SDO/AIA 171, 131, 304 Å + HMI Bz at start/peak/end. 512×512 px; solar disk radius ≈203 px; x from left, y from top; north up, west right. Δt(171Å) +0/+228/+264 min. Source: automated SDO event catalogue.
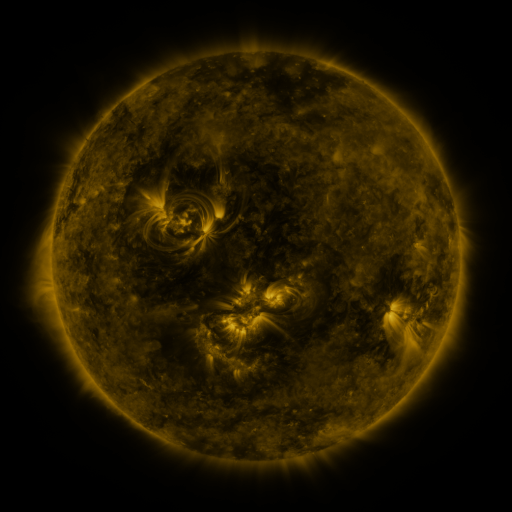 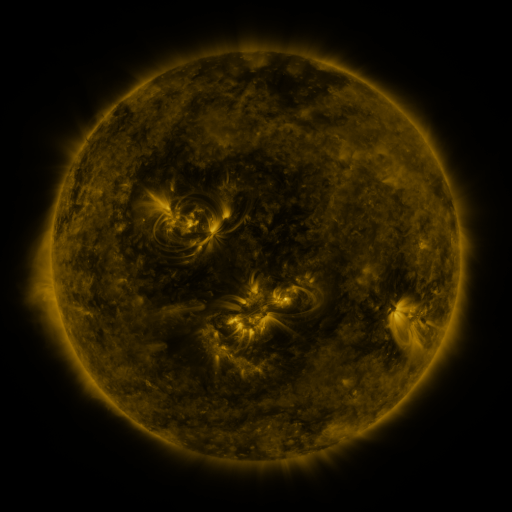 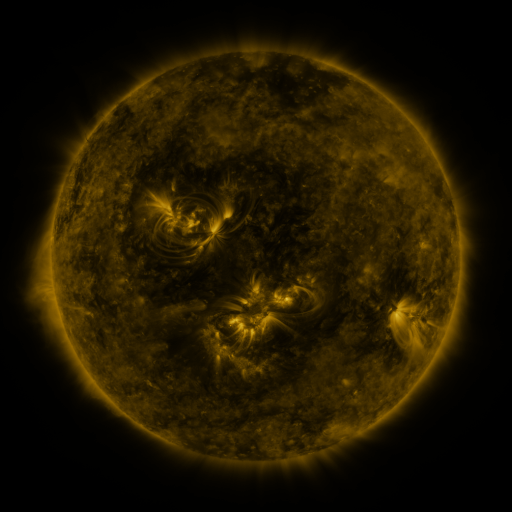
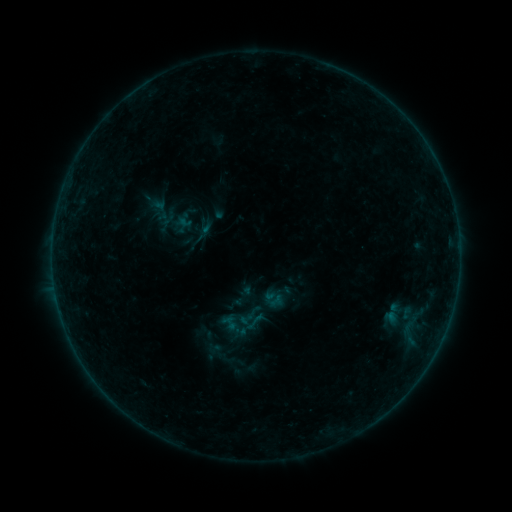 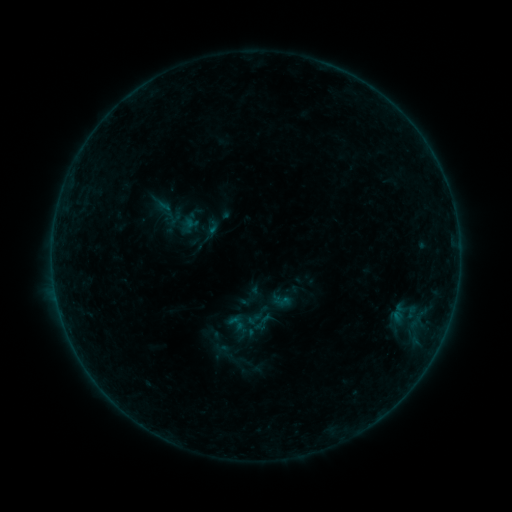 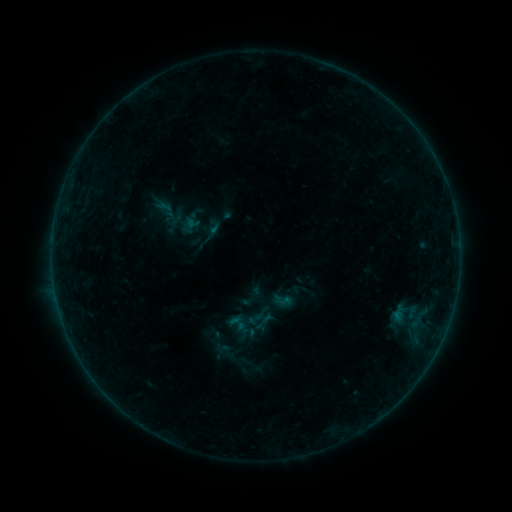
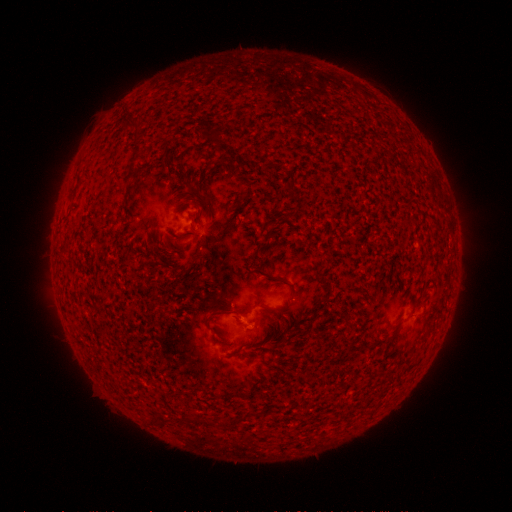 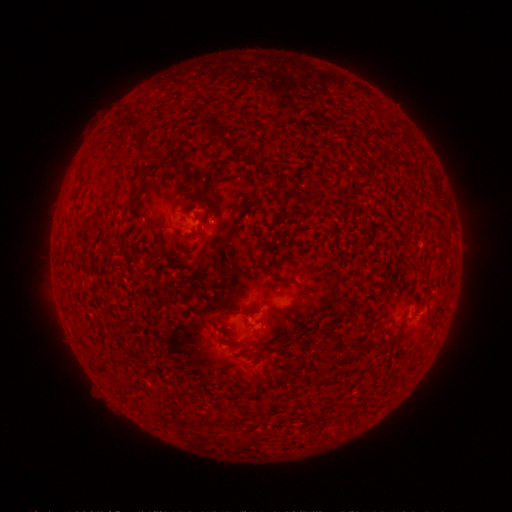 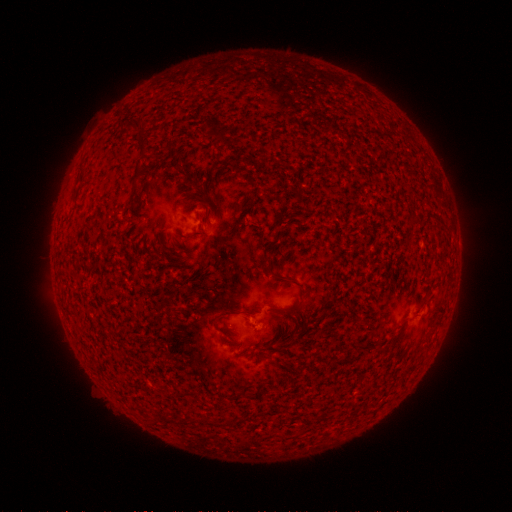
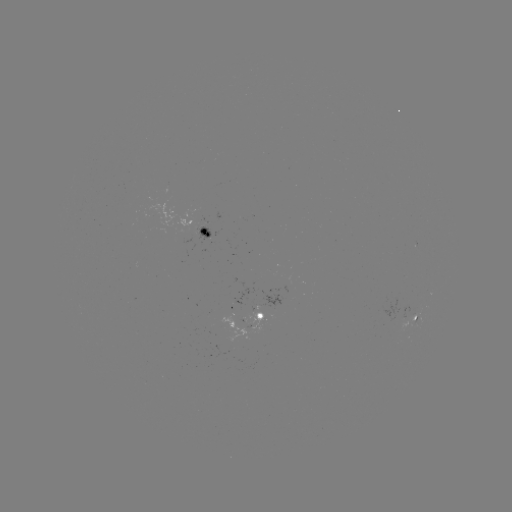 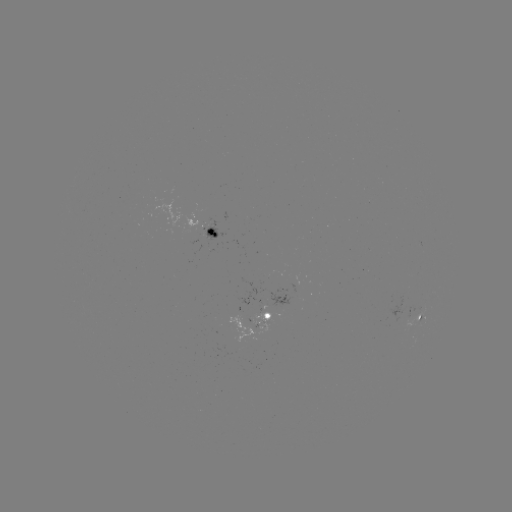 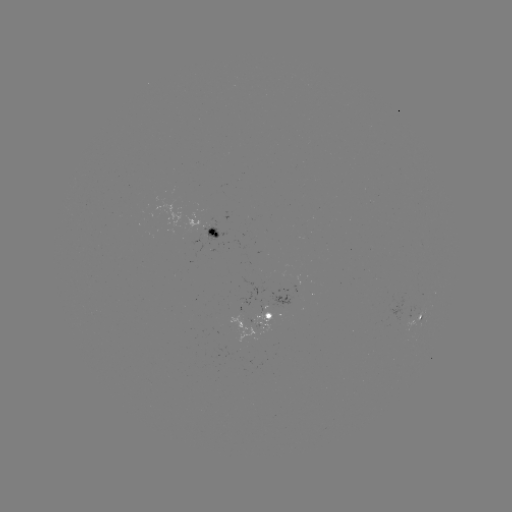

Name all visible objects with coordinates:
emerging-flux region: (207, 229)
